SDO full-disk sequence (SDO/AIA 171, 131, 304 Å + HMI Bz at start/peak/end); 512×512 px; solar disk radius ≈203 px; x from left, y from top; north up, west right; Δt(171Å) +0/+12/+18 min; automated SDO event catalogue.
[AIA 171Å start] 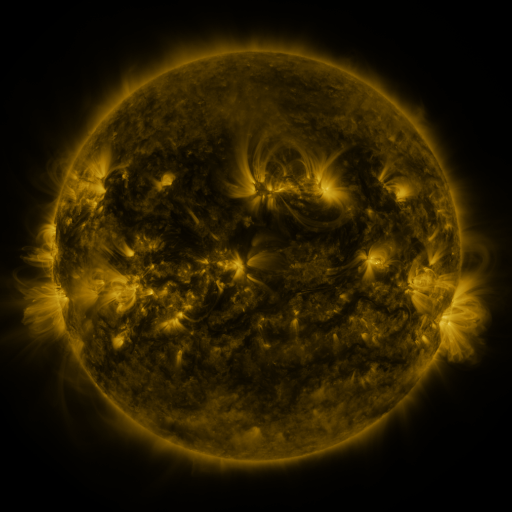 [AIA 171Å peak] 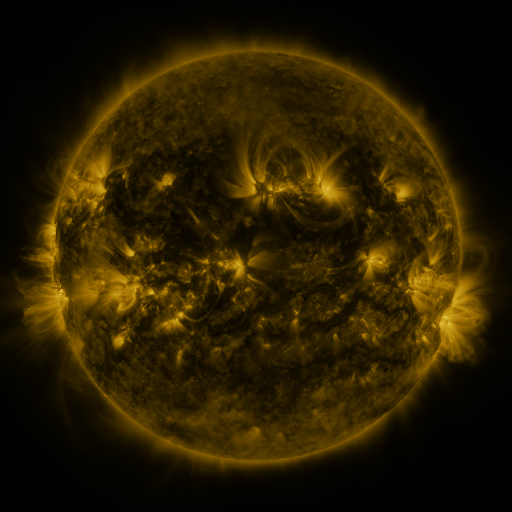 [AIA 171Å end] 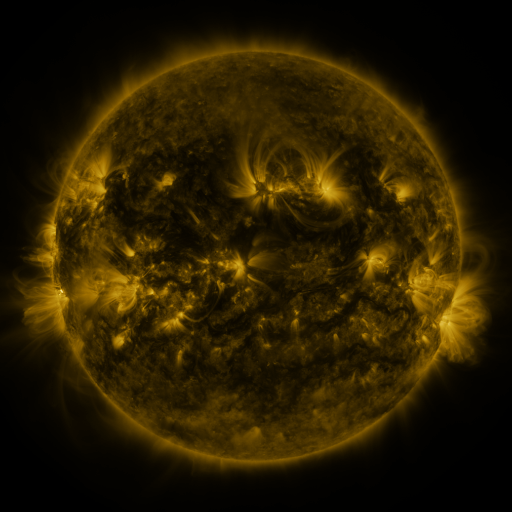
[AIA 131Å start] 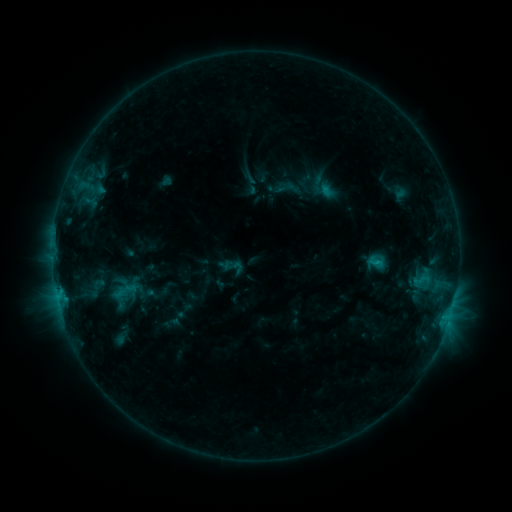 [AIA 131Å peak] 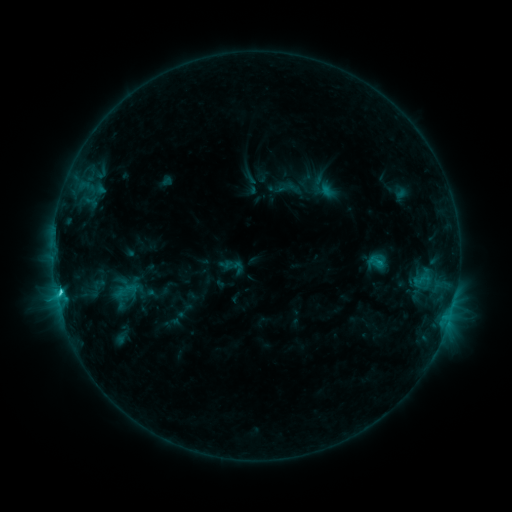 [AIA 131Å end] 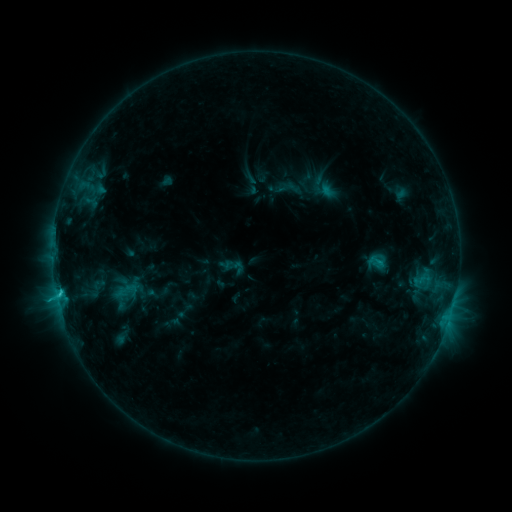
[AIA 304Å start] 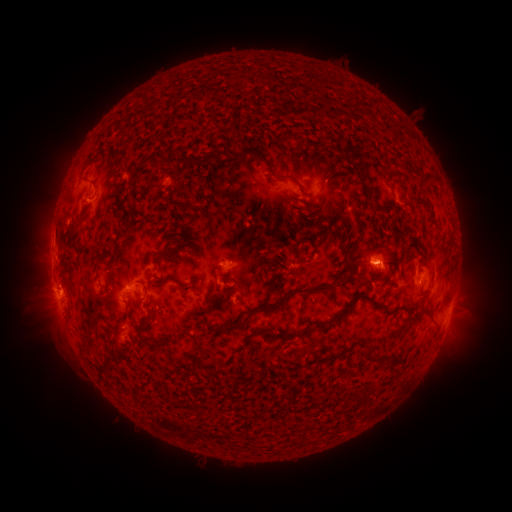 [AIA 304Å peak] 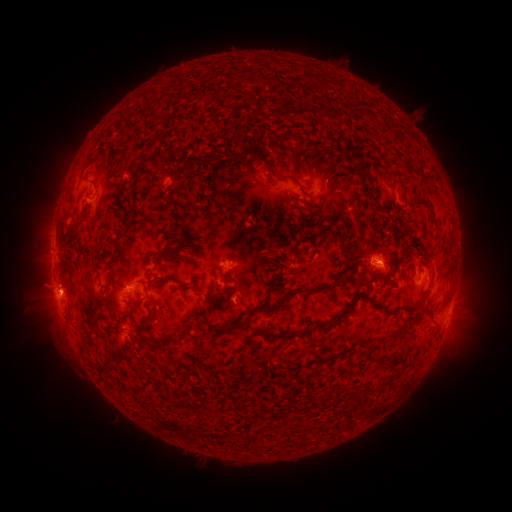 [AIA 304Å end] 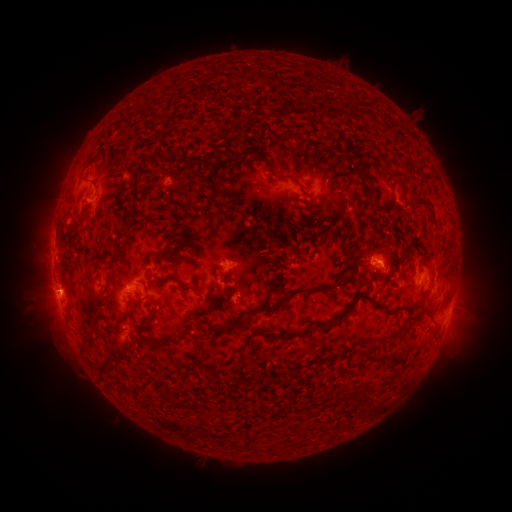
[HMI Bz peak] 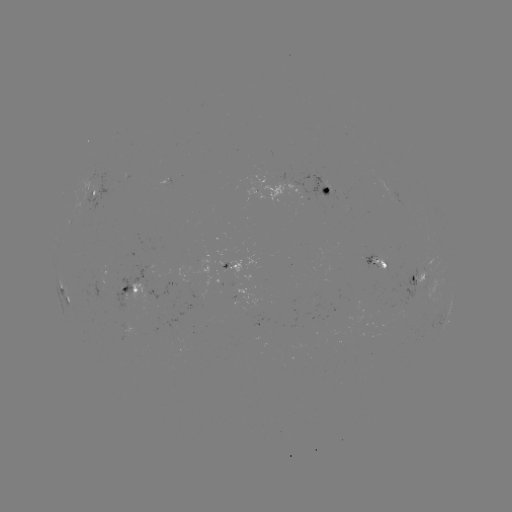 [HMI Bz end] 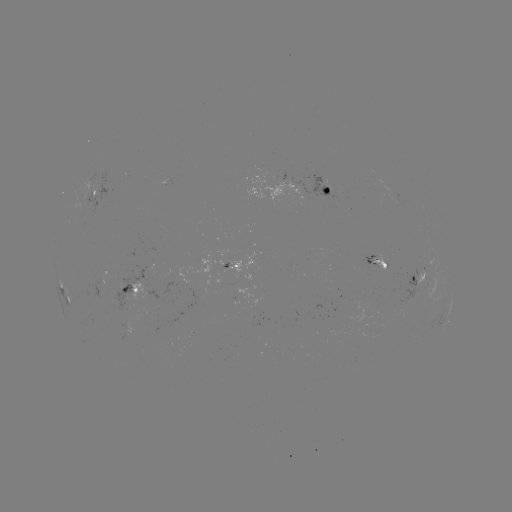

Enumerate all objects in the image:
C2.0 flare: (60, 289)
